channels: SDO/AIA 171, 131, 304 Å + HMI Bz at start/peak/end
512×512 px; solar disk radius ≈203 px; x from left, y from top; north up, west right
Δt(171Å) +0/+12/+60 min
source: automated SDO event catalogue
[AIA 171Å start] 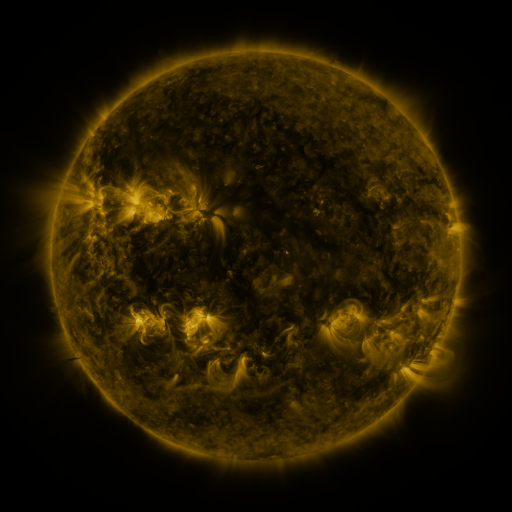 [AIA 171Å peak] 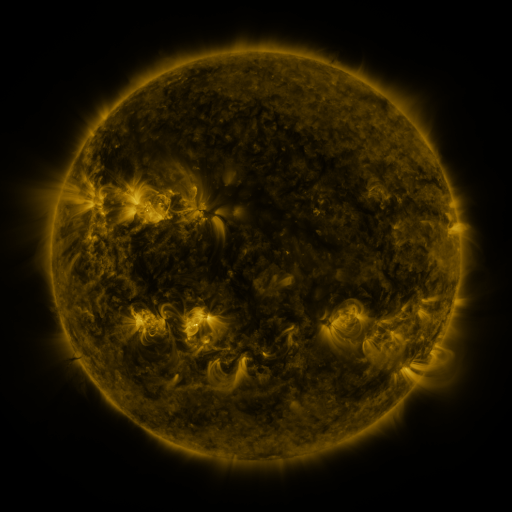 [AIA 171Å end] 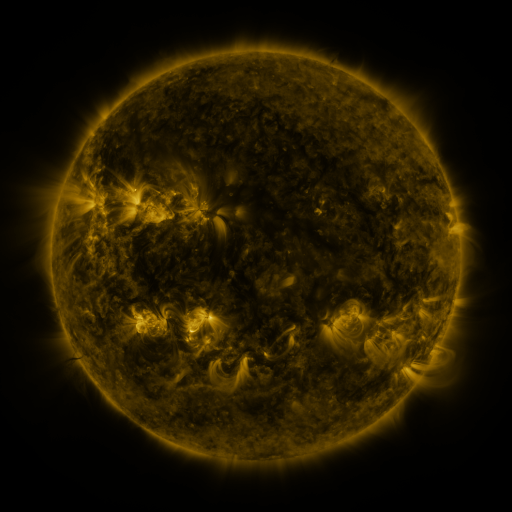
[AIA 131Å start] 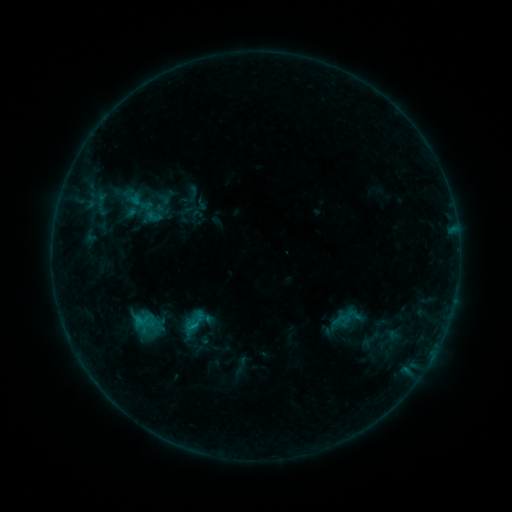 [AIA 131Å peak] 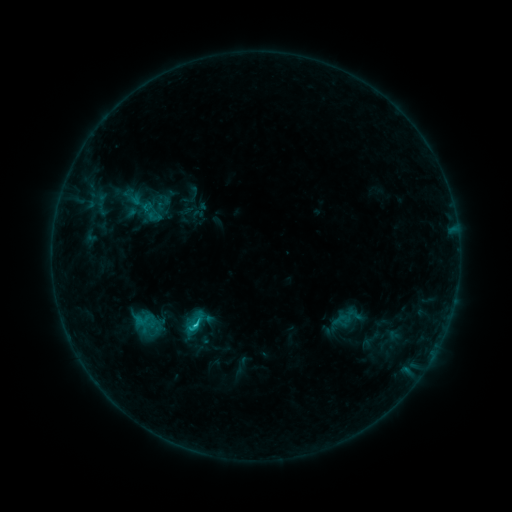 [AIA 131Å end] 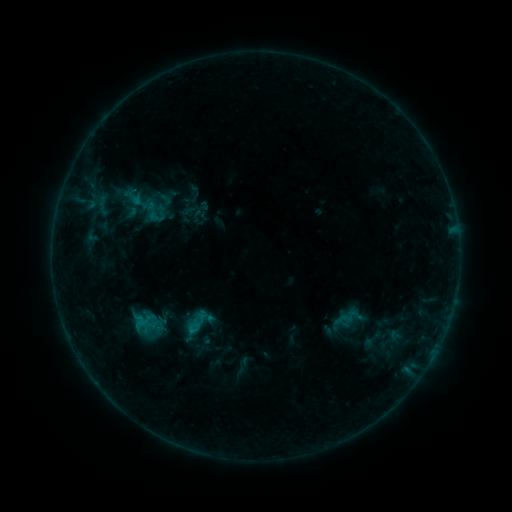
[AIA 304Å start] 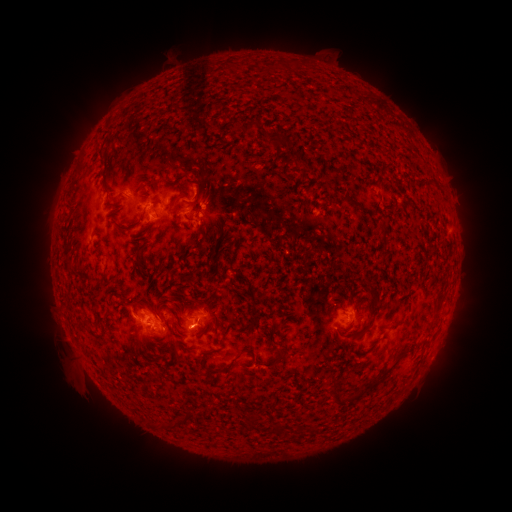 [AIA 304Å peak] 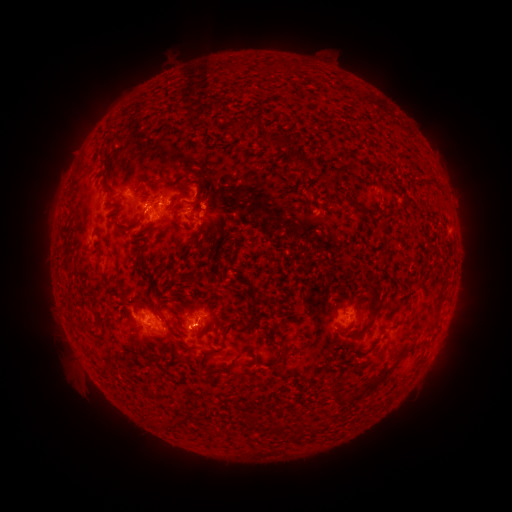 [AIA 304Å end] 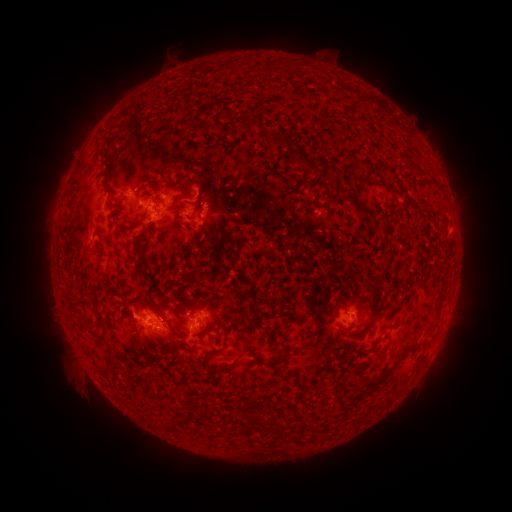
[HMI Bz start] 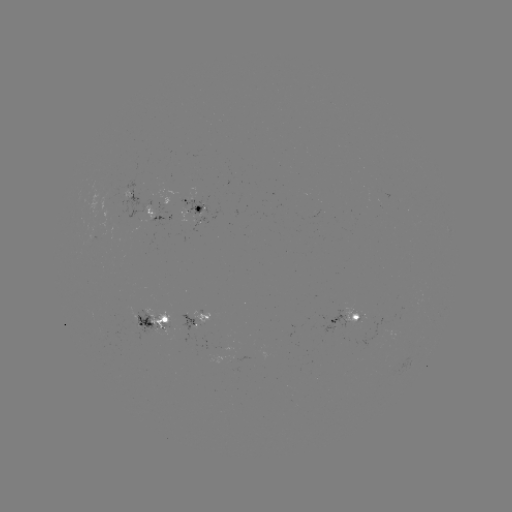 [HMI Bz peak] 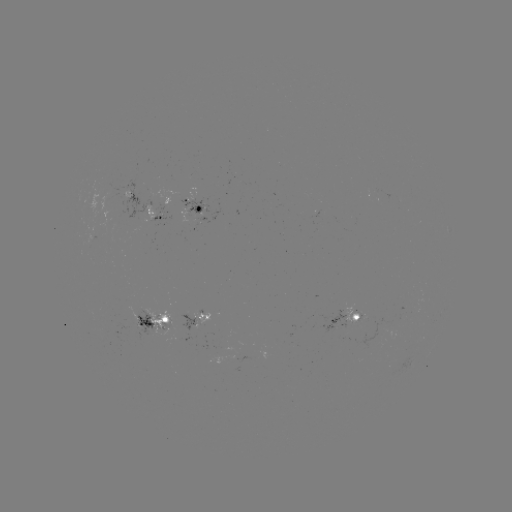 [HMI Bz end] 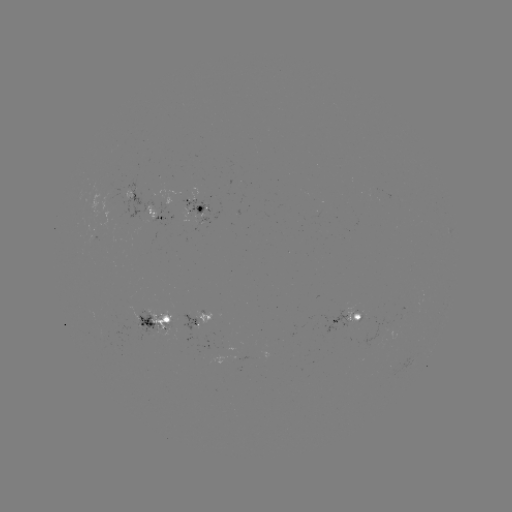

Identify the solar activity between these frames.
C1.2 flare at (198, 324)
